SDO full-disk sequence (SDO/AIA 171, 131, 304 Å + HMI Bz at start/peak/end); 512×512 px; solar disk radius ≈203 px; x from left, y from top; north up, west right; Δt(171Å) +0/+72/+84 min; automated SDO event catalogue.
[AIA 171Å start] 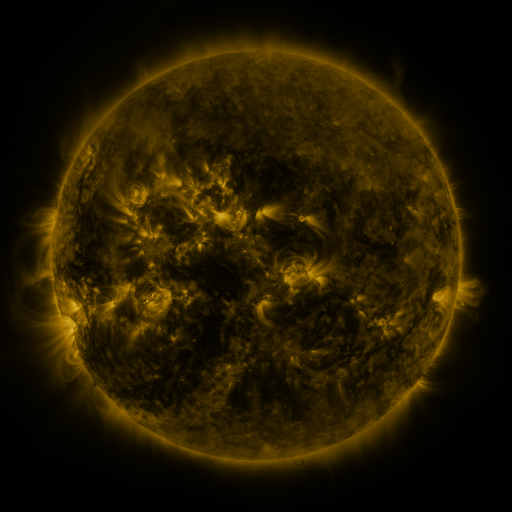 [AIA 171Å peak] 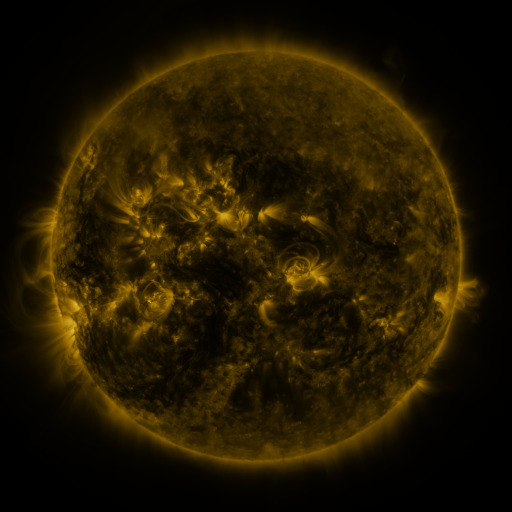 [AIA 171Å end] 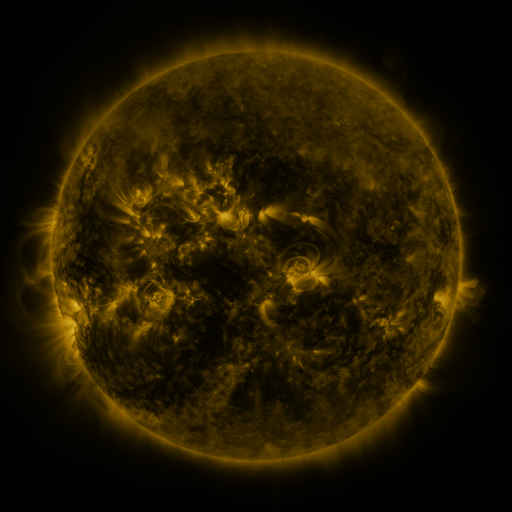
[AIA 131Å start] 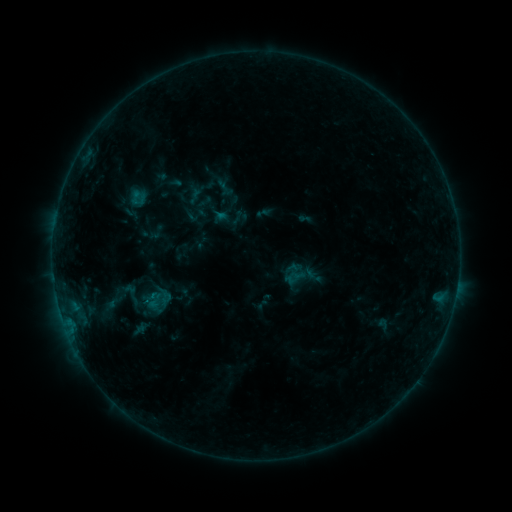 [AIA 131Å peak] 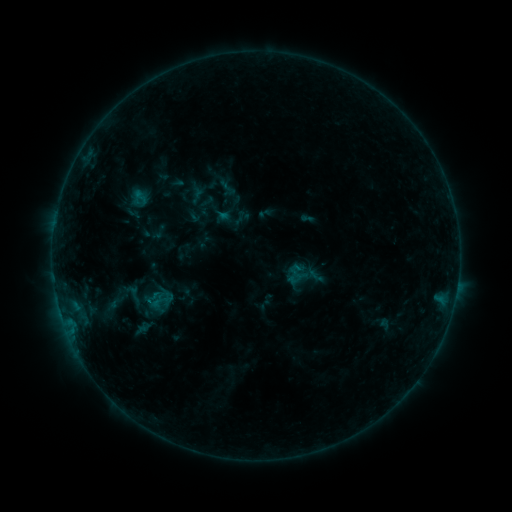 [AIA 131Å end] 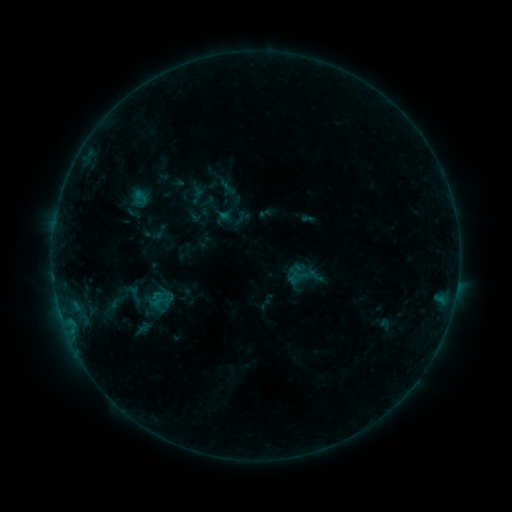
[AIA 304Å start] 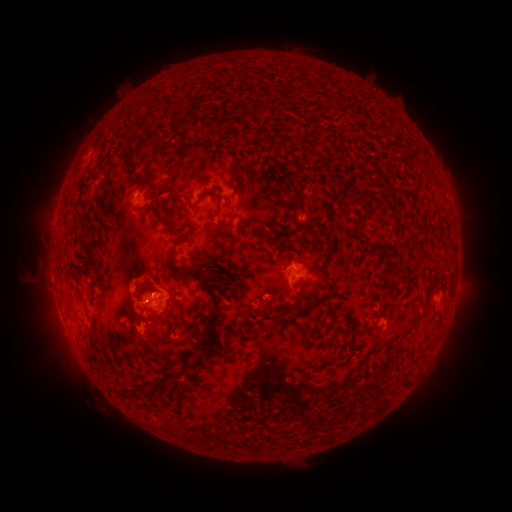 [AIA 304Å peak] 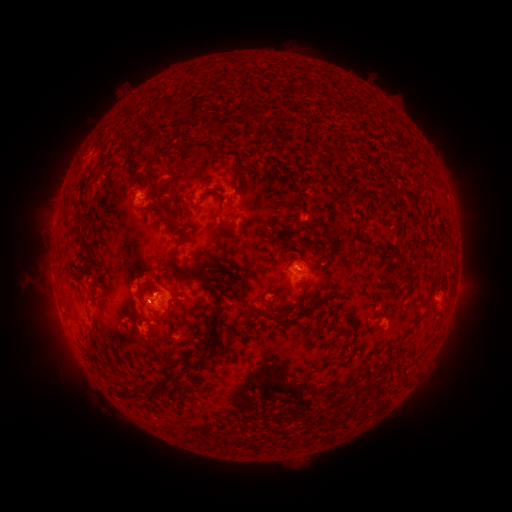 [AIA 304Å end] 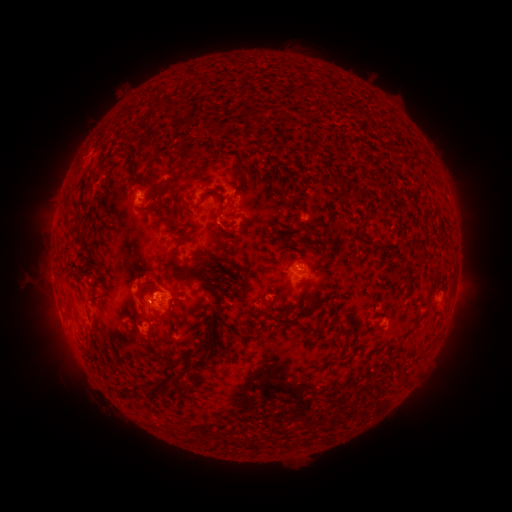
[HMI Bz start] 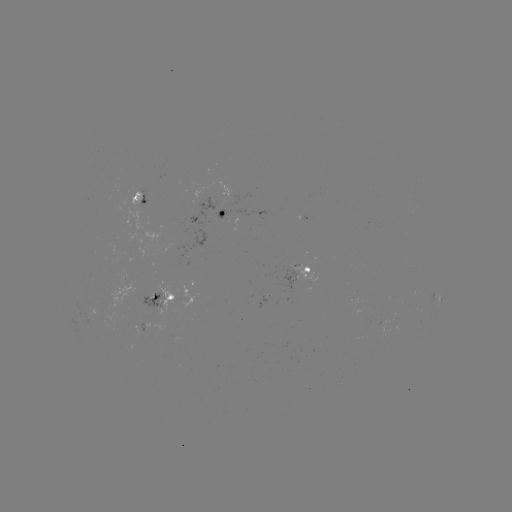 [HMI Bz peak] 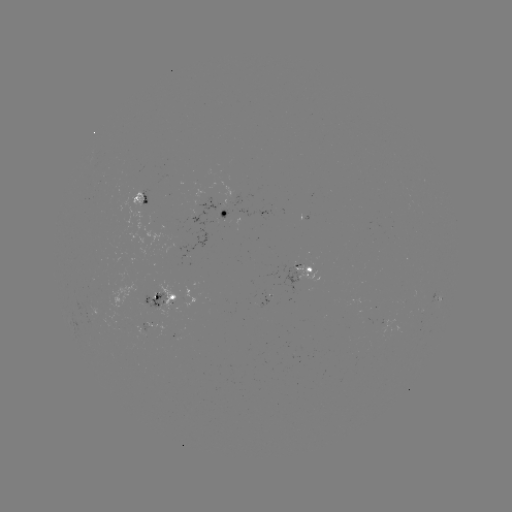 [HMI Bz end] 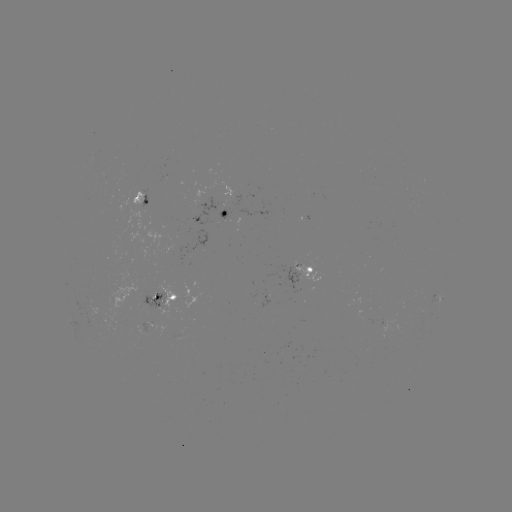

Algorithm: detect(emerging-flux region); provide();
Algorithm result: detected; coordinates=301,268